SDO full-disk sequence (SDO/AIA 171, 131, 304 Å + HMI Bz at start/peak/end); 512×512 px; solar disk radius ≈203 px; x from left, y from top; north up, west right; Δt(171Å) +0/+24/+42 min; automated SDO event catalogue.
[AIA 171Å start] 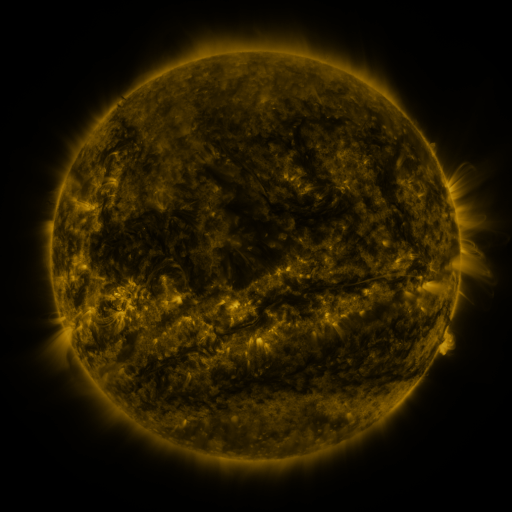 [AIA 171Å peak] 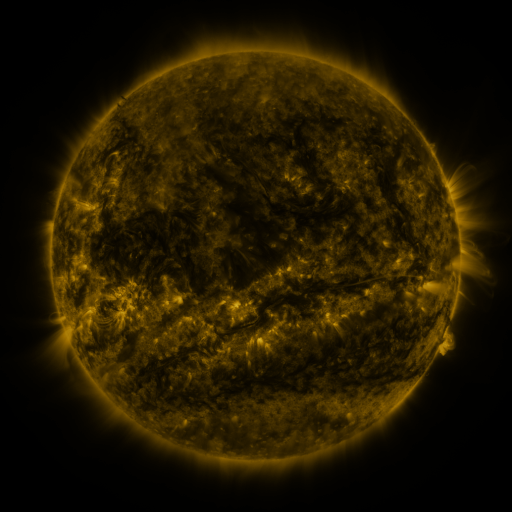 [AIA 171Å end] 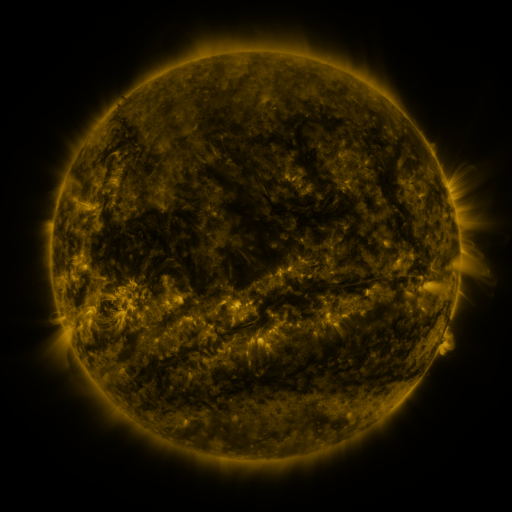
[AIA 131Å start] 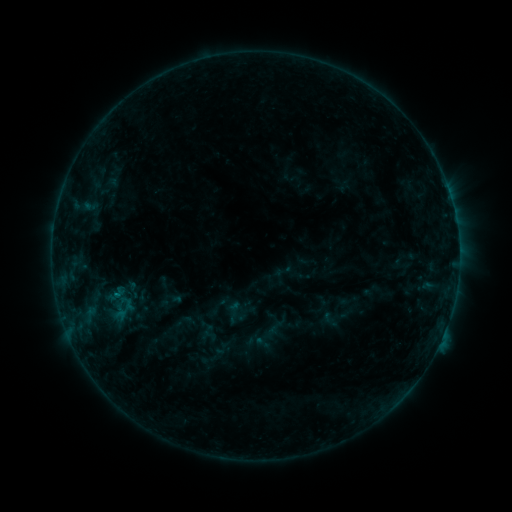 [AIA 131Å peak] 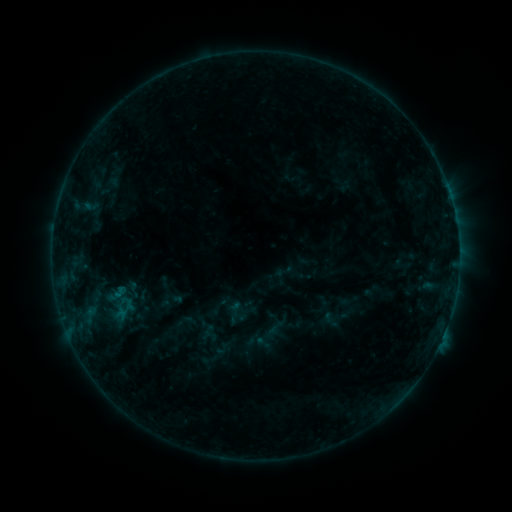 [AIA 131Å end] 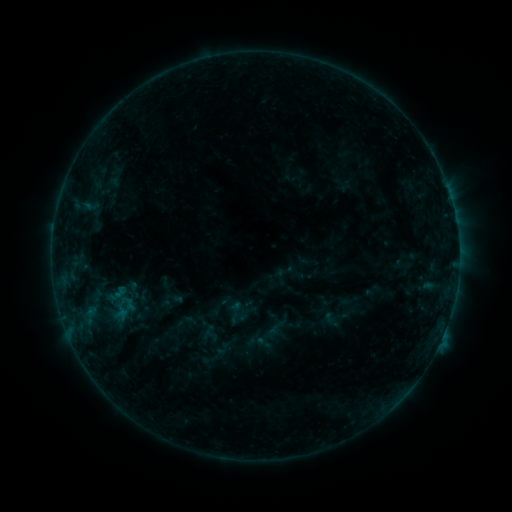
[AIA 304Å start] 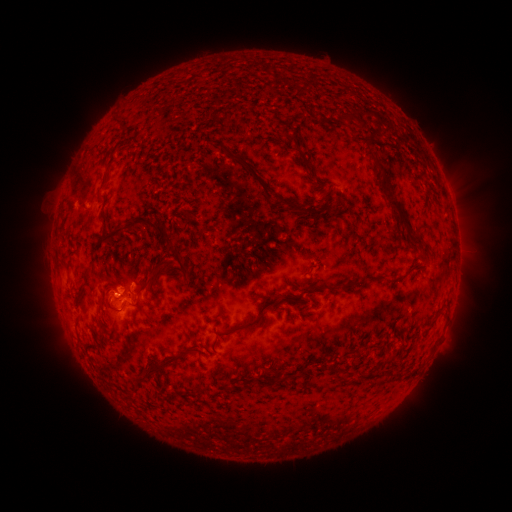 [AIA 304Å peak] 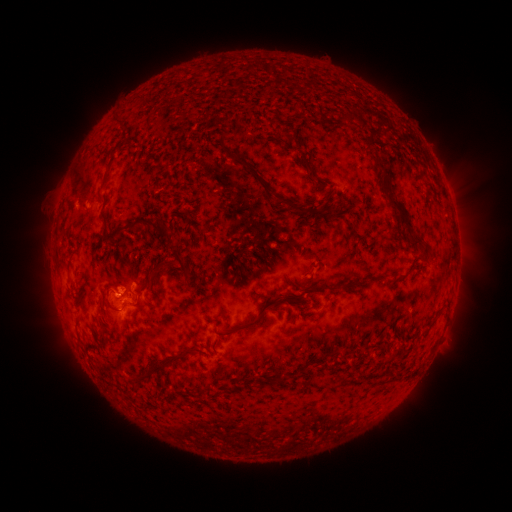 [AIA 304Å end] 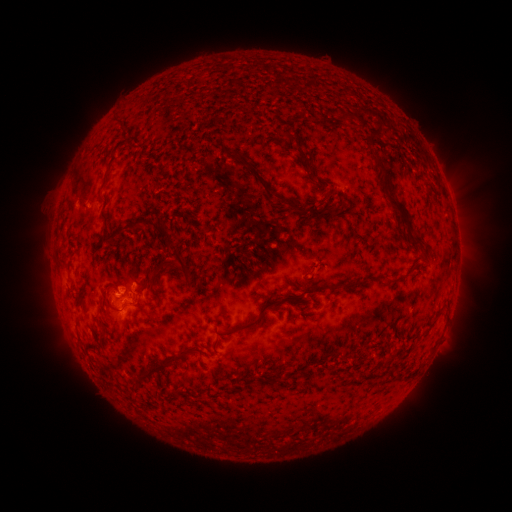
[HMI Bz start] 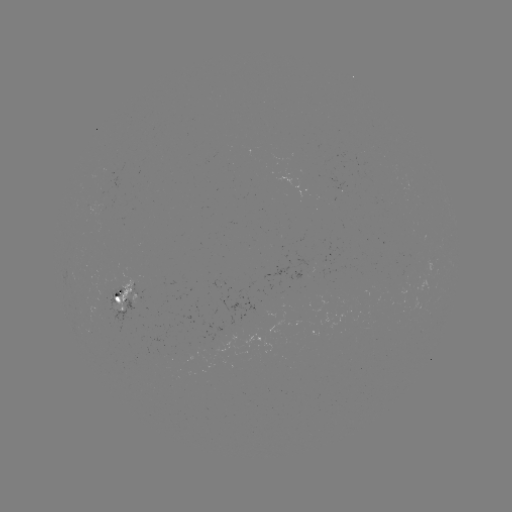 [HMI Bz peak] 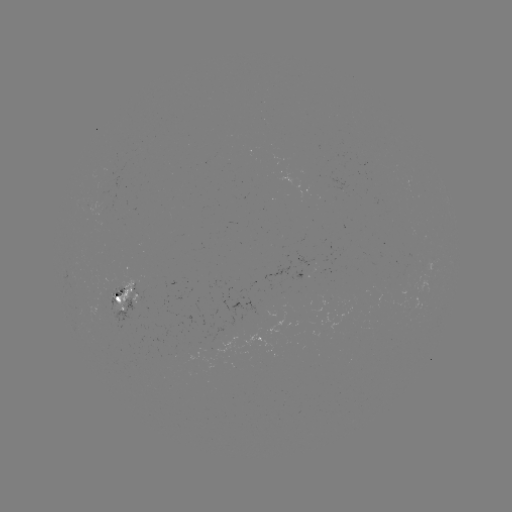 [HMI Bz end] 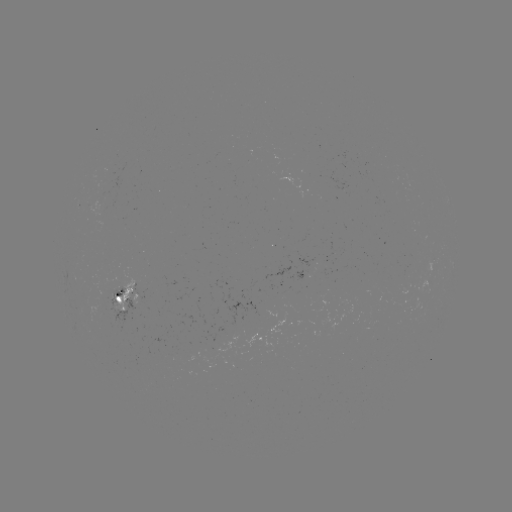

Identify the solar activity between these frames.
no flare in any classed list; no EUV-trigger detection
